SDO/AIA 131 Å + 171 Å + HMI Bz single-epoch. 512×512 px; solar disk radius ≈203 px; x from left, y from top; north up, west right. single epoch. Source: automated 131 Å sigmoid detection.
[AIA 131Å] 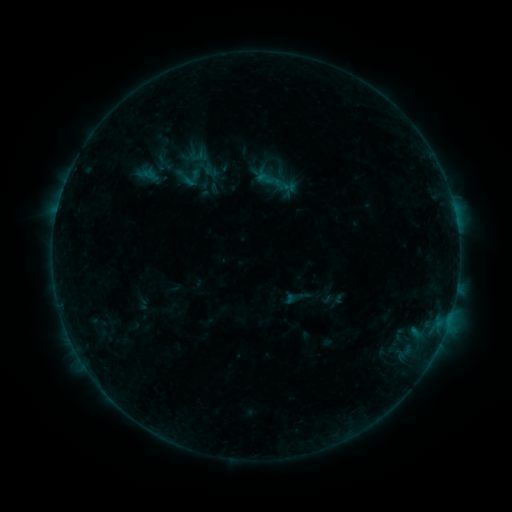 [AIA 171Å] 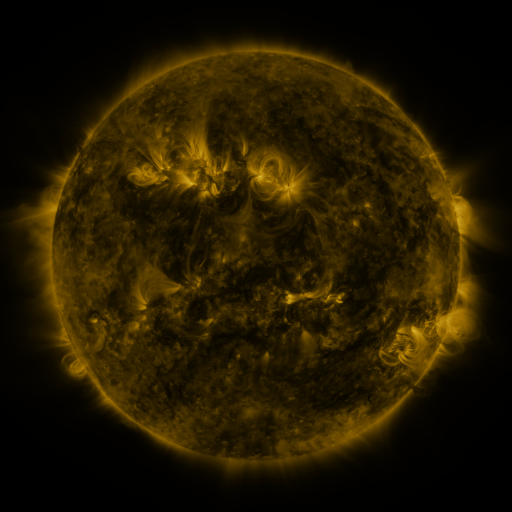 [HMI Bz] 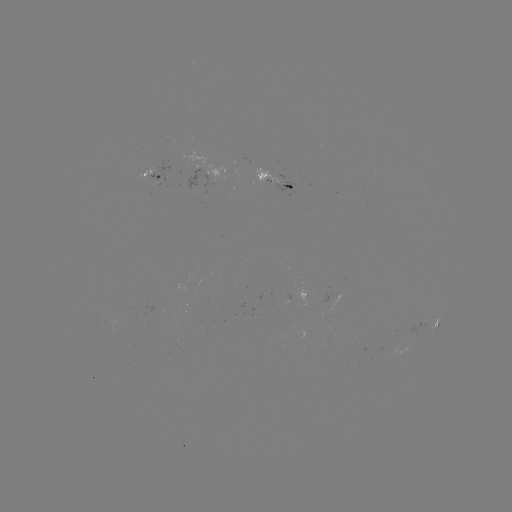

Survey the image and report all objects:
sigmoid: (265, 178)
